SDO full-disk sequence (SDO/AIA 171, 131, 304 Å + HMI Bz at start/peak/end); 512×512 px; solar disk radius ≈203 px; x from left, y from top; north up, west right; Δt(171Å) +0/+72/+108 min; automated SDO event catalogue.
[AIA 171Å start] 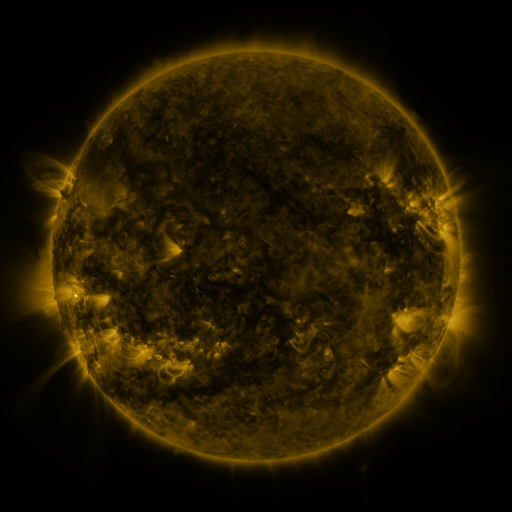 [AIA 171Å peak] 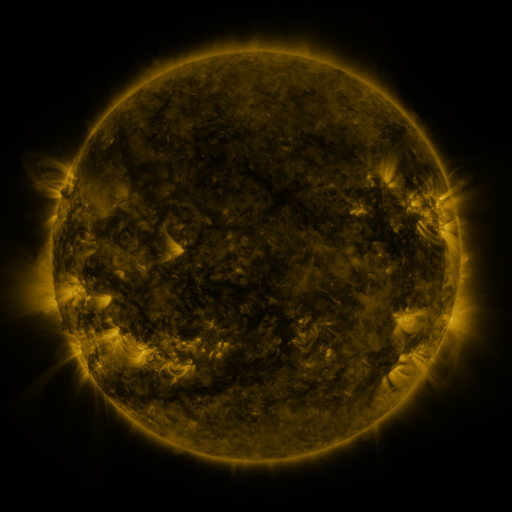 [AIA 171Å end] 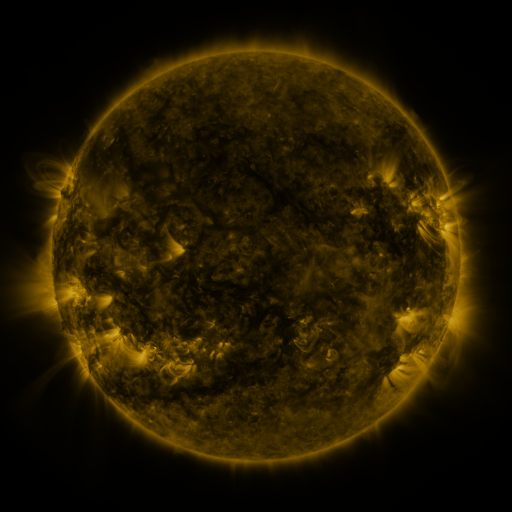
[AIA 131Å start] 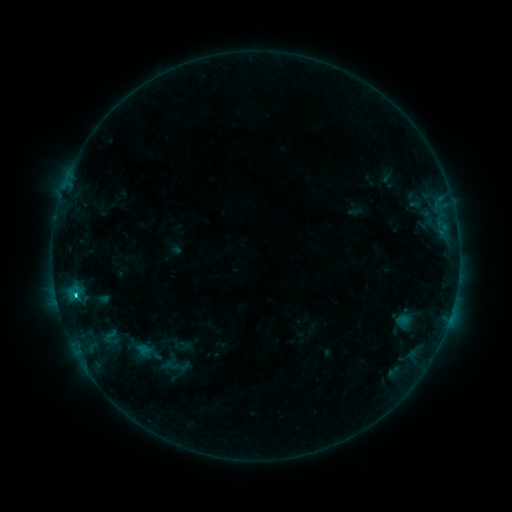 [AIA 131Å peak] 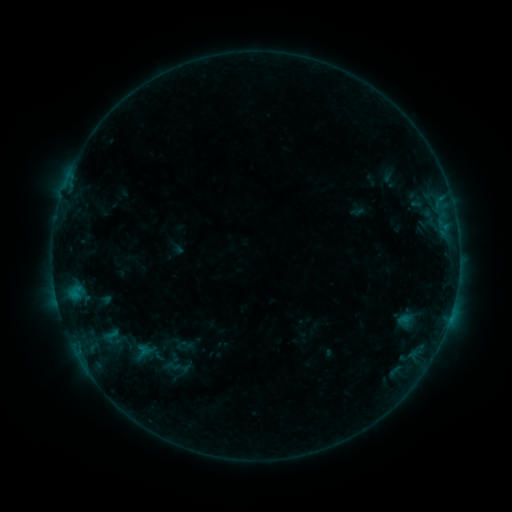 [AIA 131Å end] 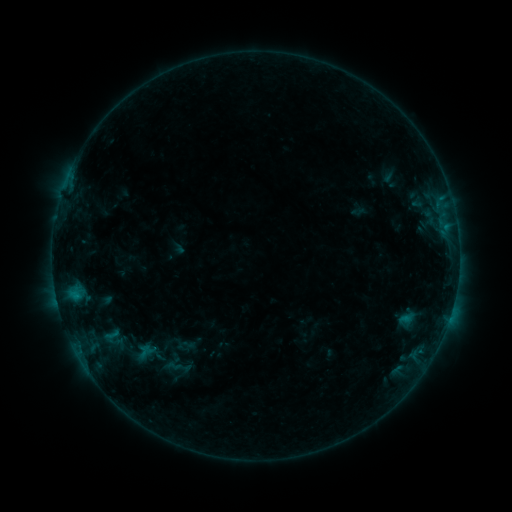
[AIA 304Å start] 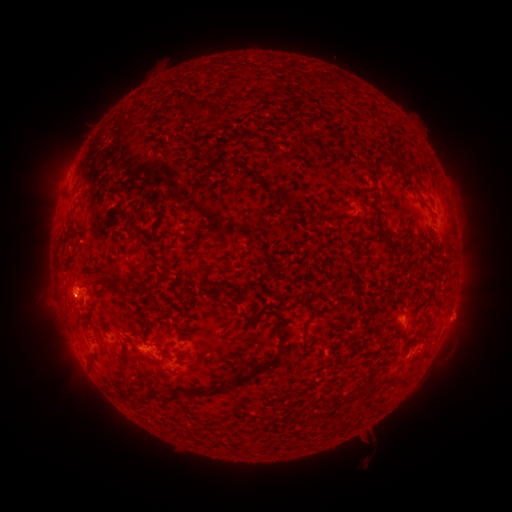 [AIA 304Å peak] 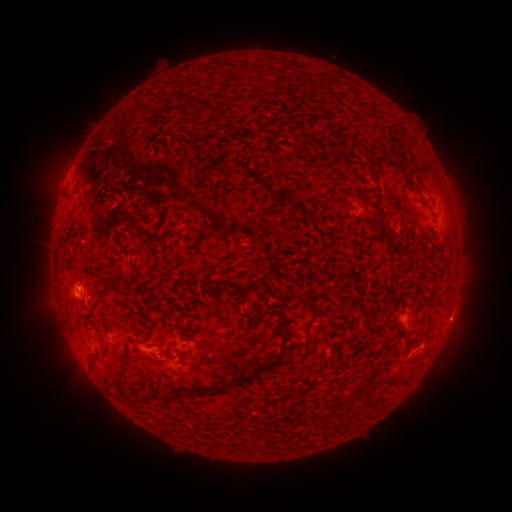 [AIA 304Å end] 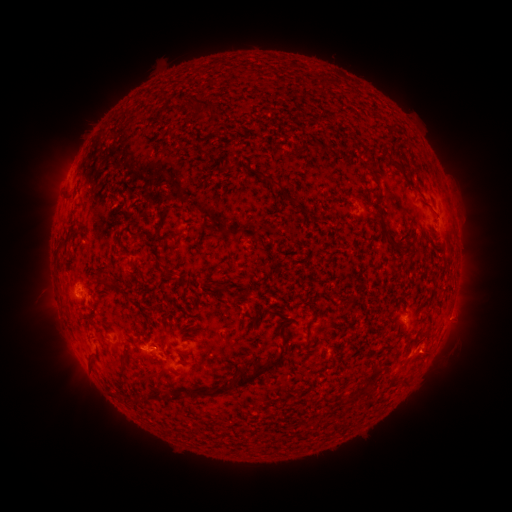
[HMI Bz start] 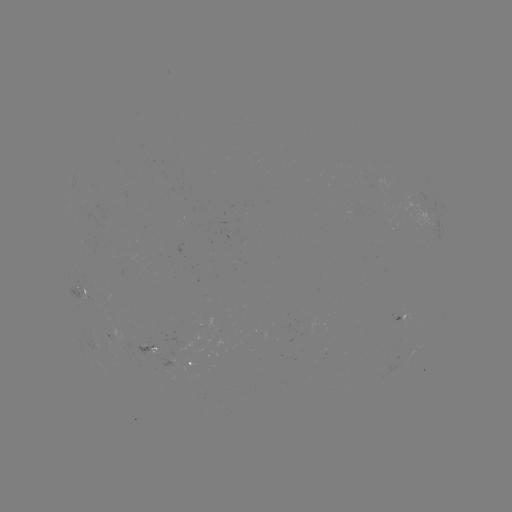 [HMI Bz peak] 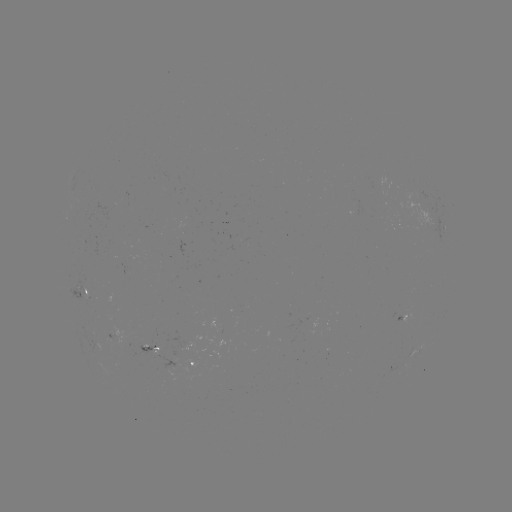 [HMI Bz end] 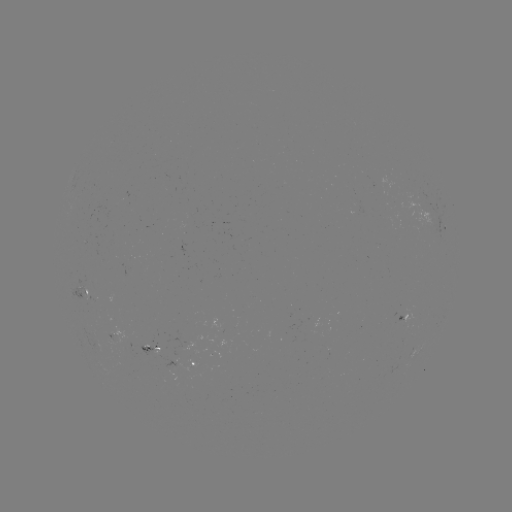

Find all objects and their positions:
emerging-flux region: (154, 344)
